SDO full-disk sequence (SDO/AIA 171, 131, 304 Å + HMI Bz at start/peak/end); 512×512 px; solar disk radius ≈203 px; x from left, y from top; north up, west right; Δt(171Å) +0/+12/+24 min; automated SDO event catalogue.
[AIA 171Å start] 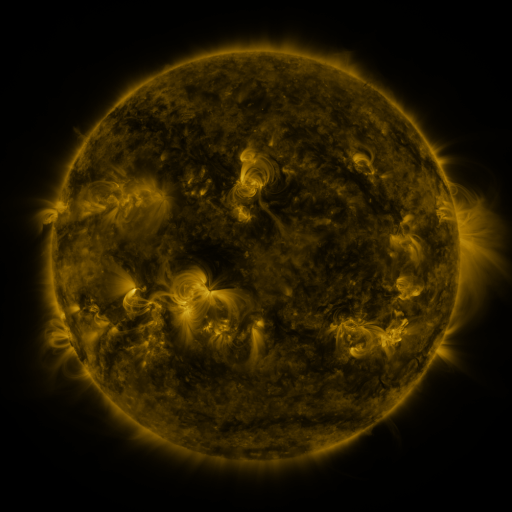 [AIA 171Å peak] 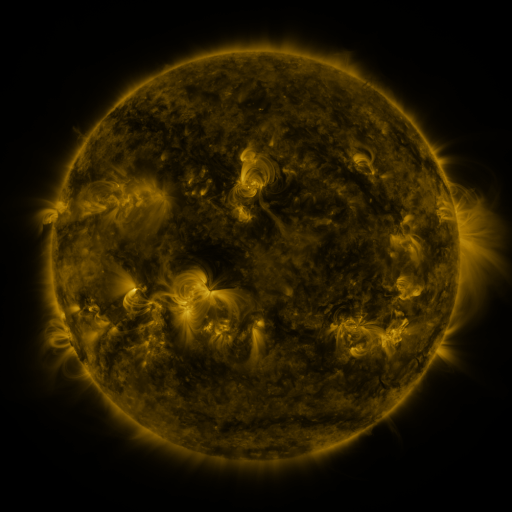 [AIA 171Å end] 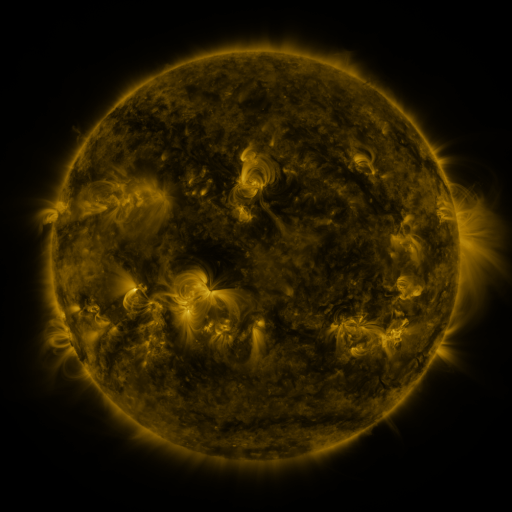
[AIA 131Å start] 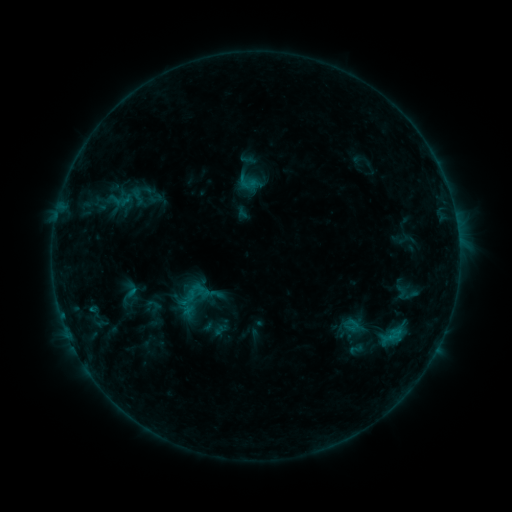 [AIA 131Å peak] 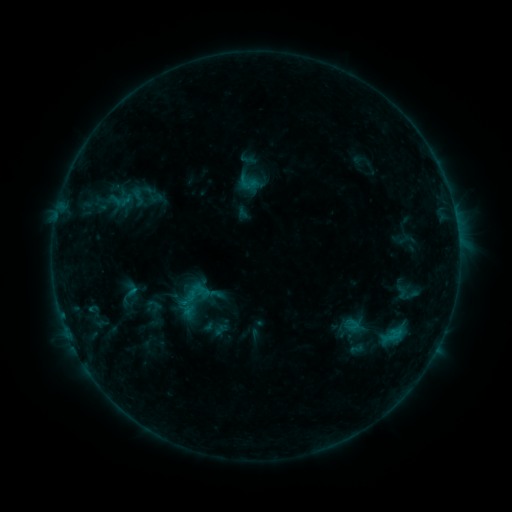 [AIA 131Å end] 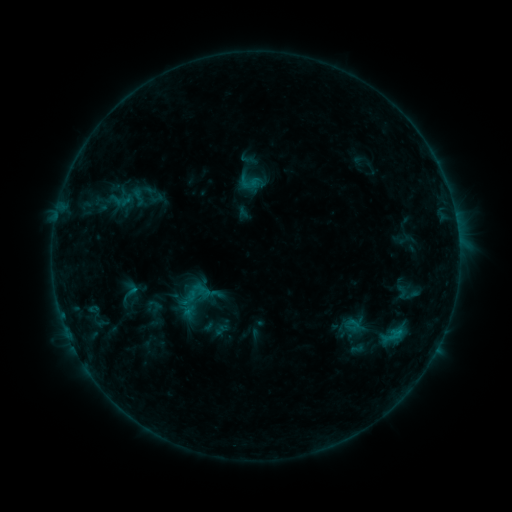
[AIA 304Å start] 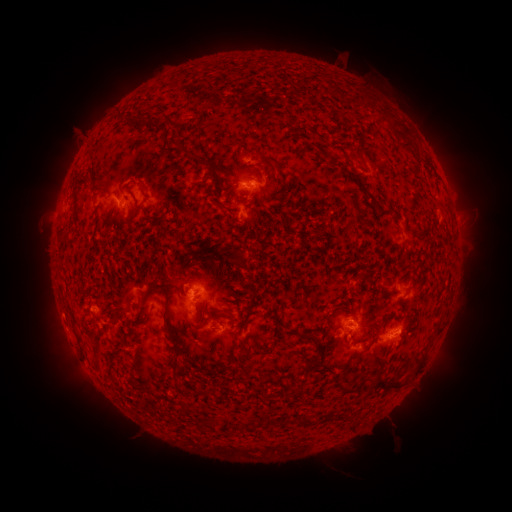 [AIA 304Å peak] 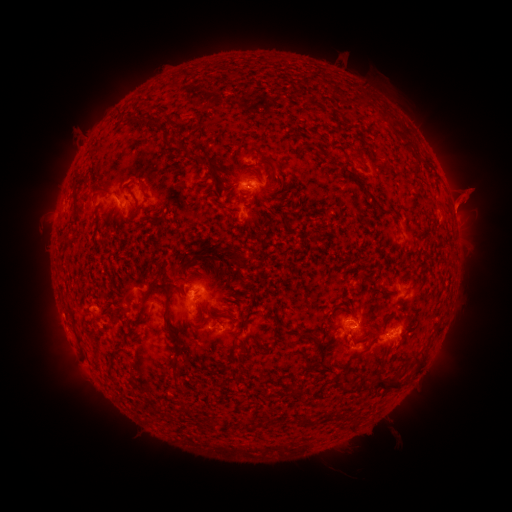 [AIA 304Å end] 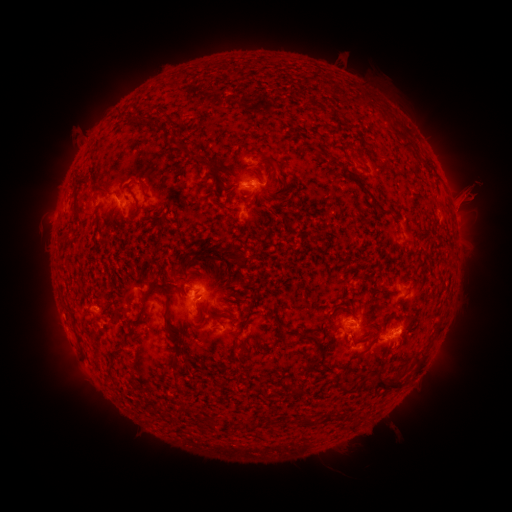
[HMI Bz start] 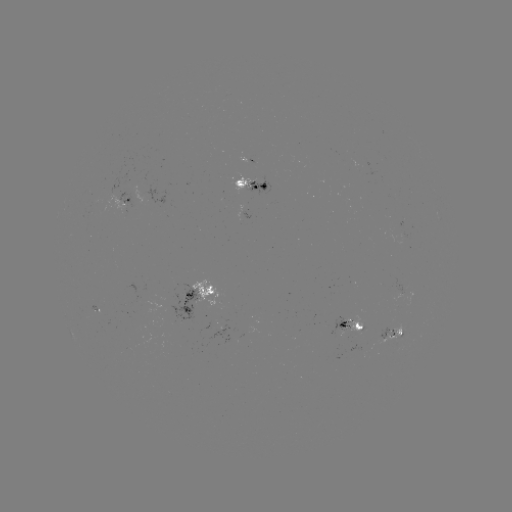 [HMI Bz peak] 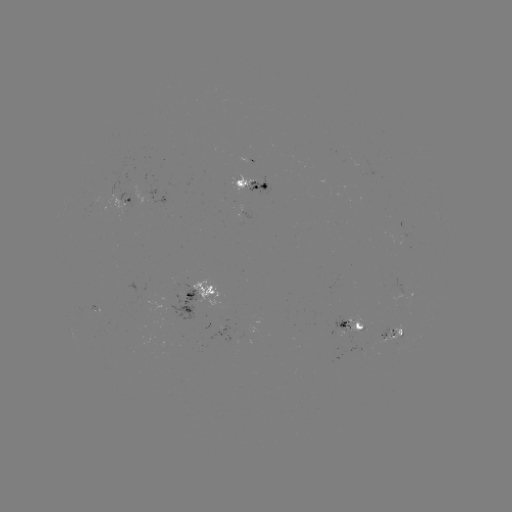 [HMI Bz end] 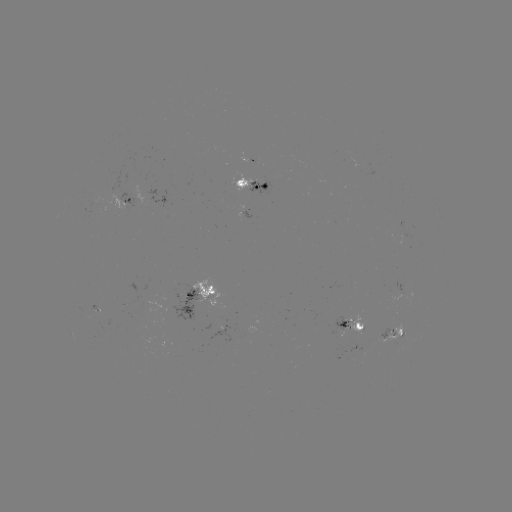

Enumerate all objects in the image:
eruption: (468, 197)
